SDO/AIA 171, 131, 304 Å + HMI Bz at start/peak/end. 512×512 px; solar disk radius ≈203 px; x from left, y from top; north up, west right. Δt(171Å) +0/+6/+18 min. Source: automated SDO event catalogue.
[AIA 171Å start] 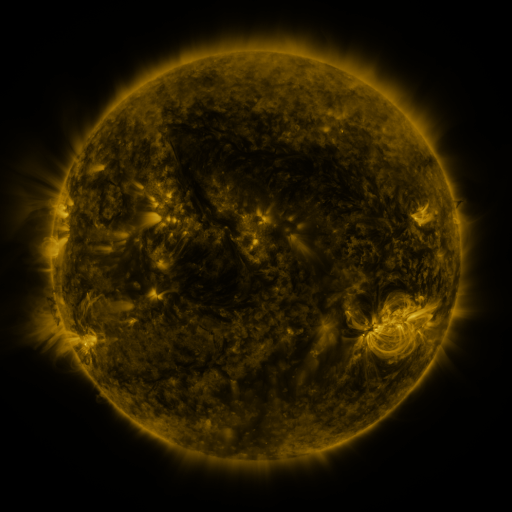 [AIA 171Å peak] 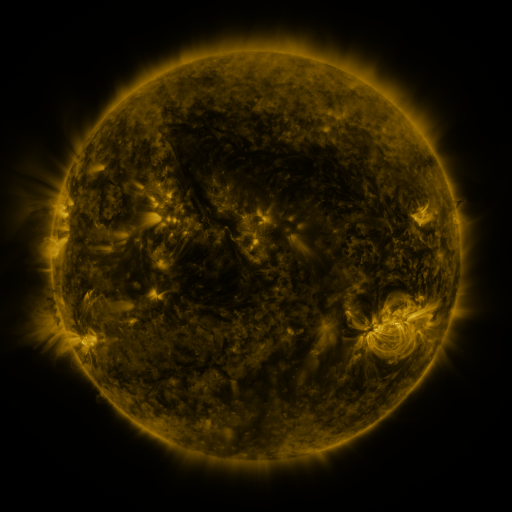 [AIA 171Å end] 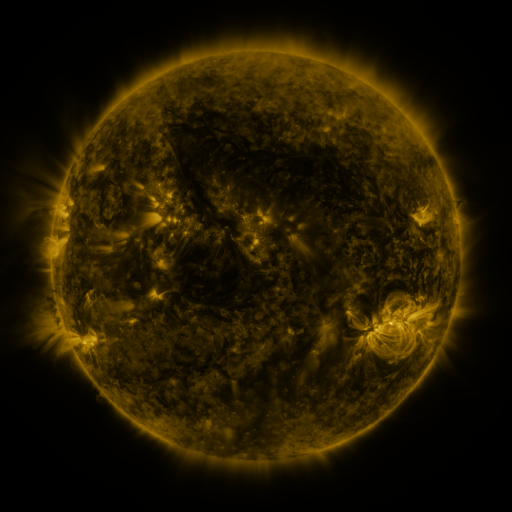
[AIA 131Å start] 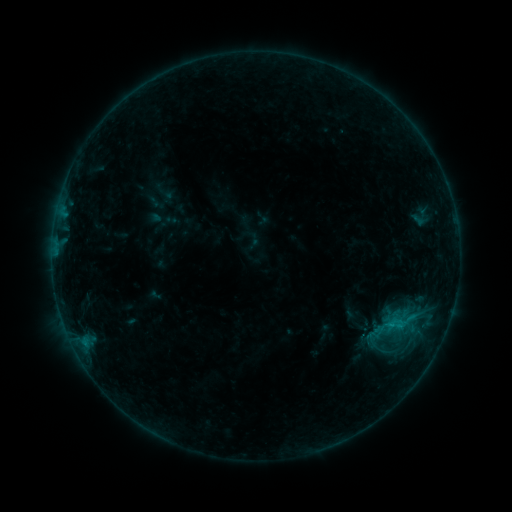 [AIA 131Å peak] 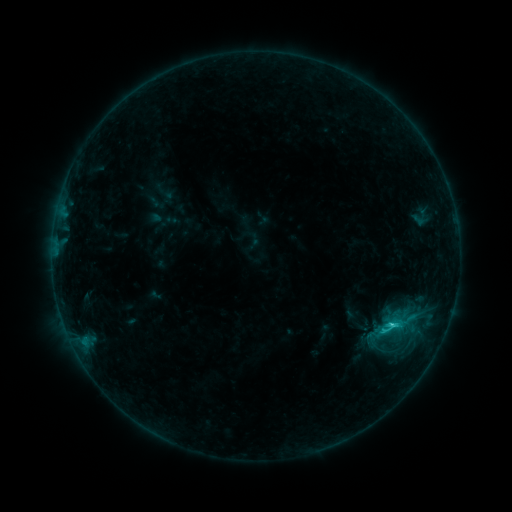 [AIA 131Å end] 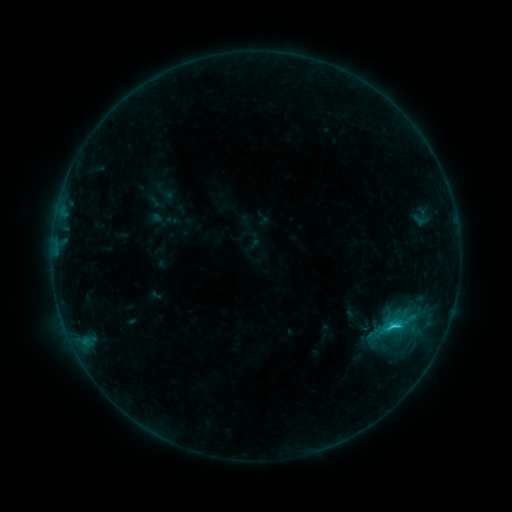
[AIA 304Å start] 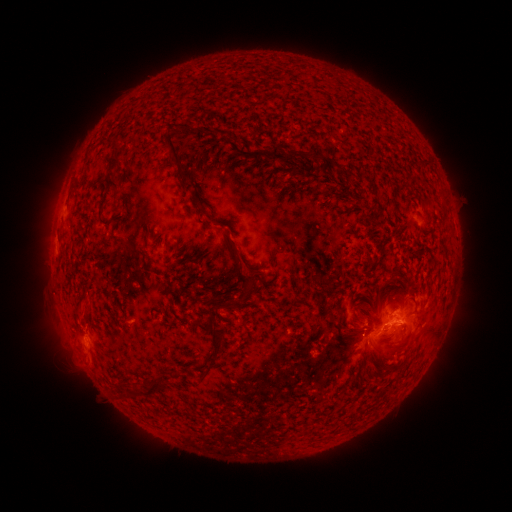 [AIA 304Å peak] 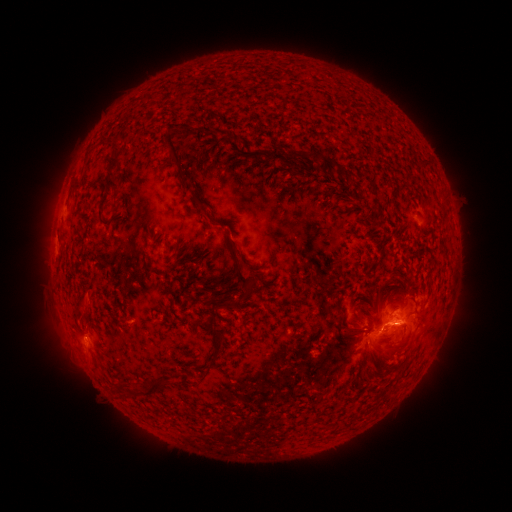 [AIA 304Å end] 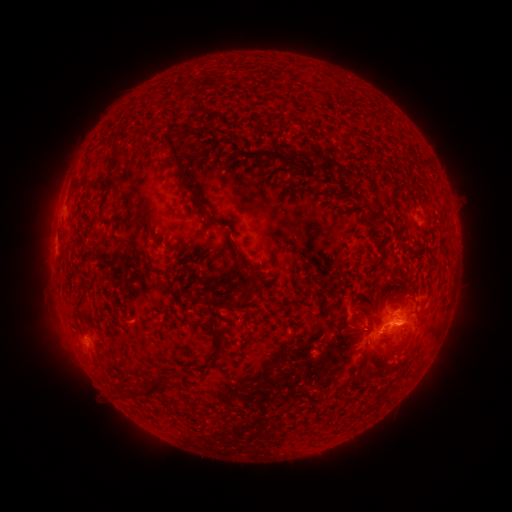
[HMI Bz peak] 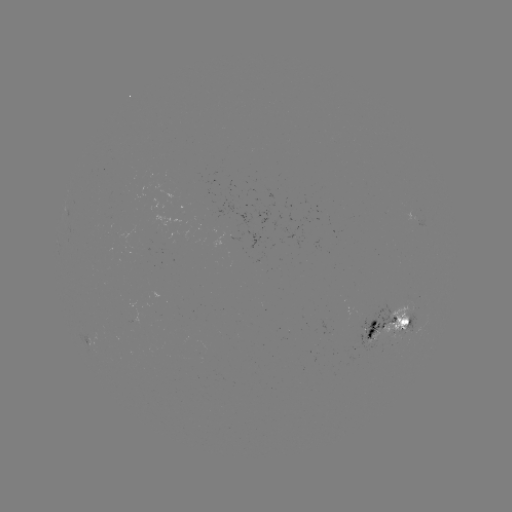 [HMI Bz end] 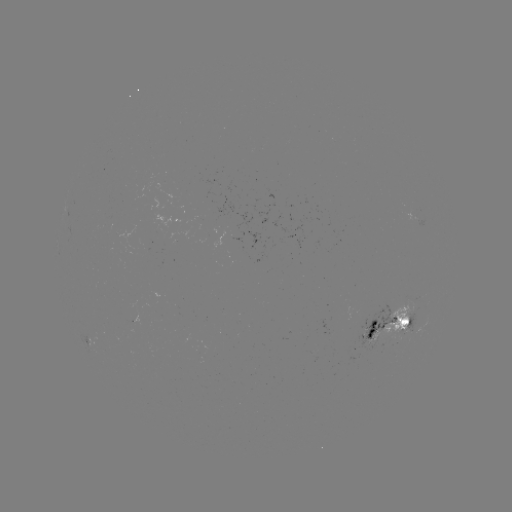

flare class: C2.4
